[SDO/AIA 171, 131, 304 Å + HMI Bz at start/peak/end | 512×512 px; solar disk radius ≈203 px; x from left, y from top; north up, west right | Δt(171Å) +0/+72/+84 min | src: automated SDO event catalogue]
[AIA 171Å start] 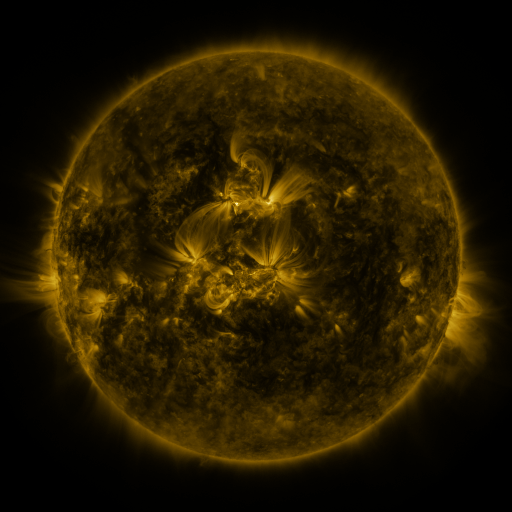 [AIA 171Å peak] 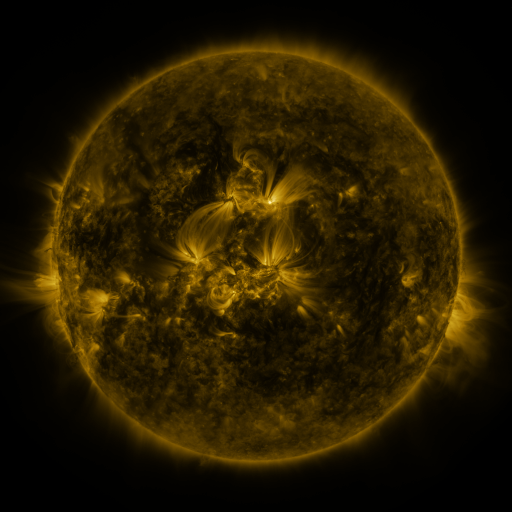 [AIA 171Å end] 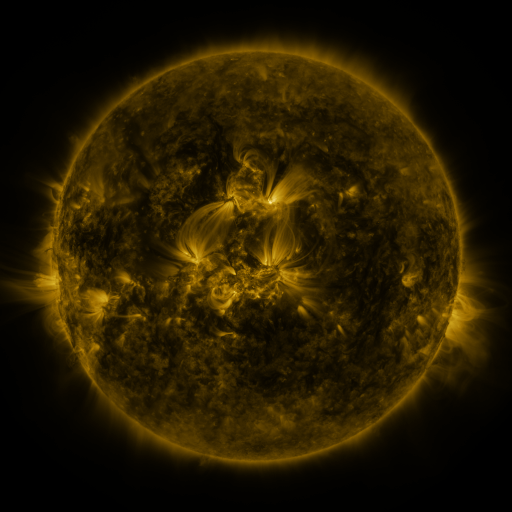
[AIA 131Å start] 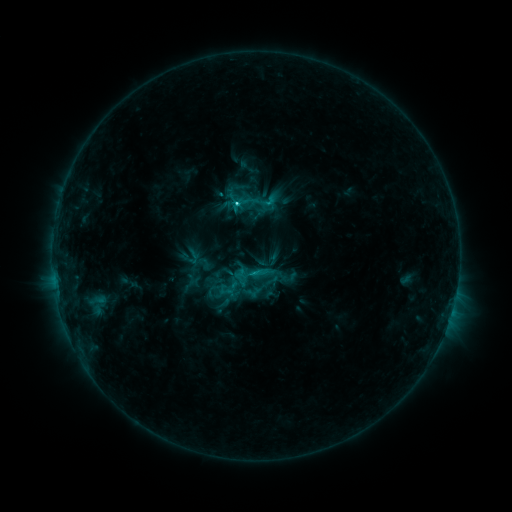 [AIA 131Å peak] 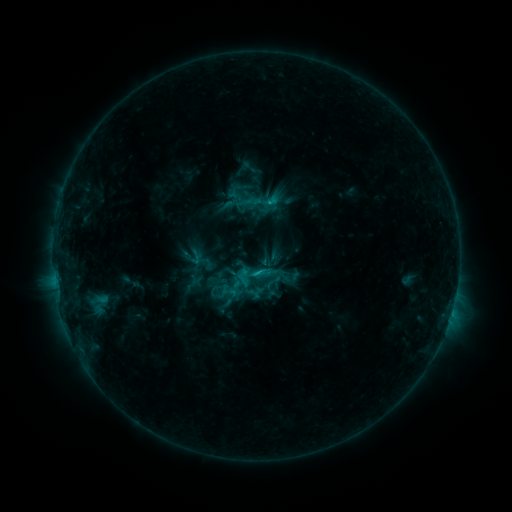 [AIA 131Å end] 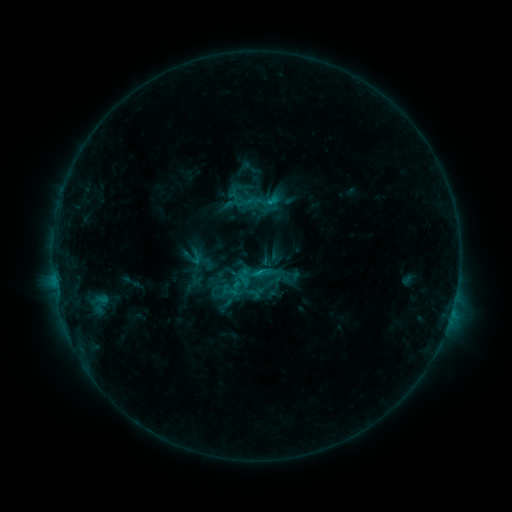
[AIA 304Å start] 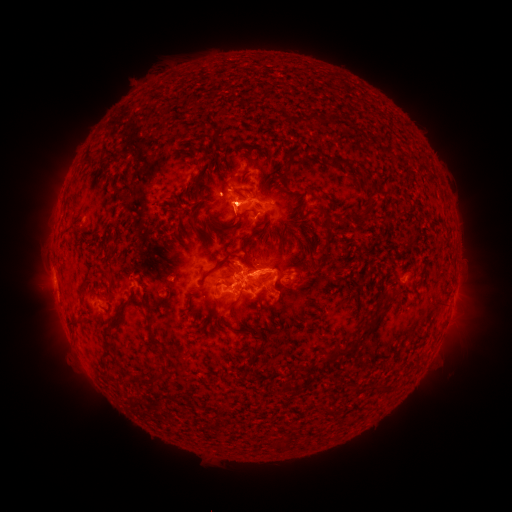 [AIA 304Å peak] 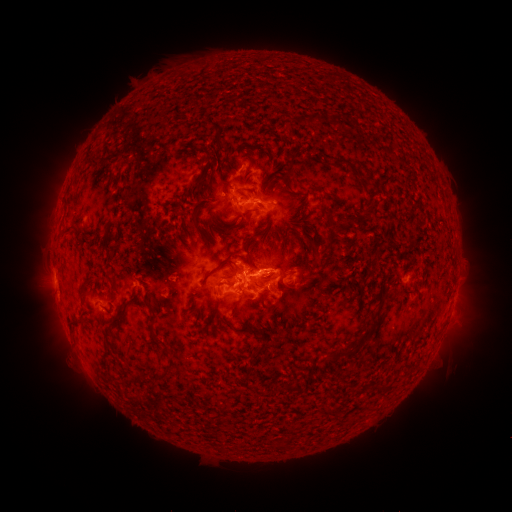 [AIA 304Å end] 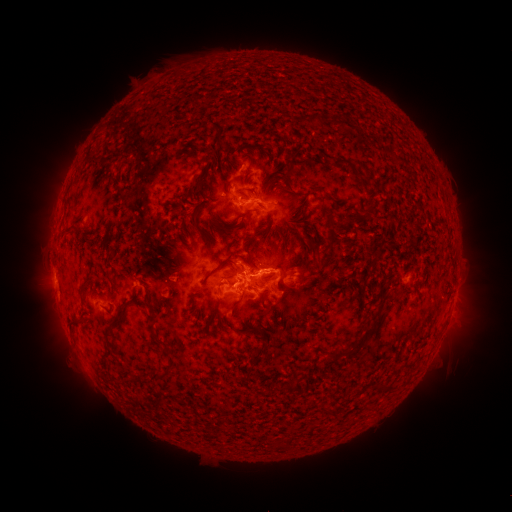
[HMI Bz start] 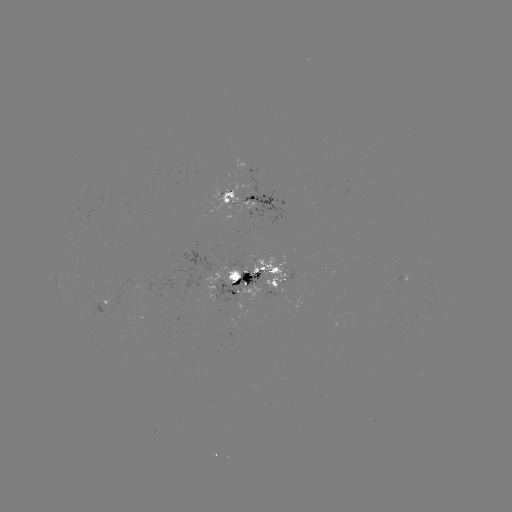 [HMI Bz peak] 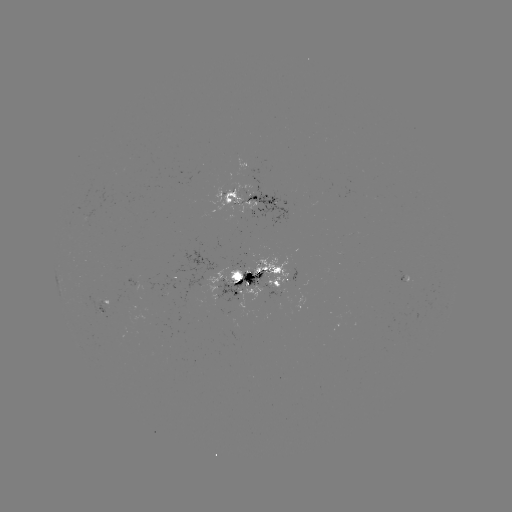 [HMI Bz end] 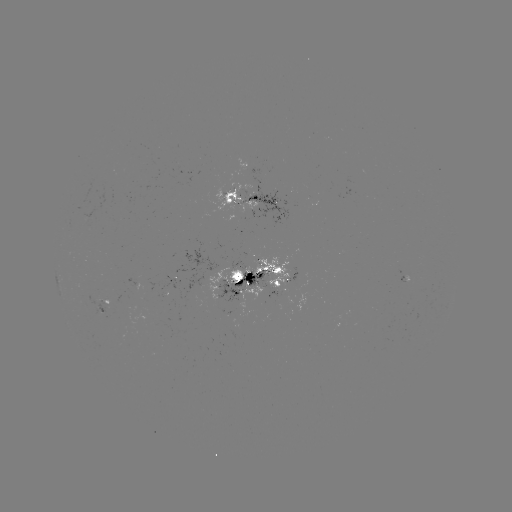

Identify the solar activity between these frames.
emerging-flux region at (269, 279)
